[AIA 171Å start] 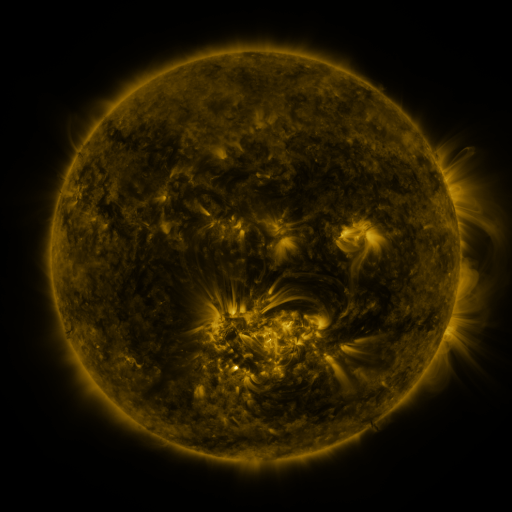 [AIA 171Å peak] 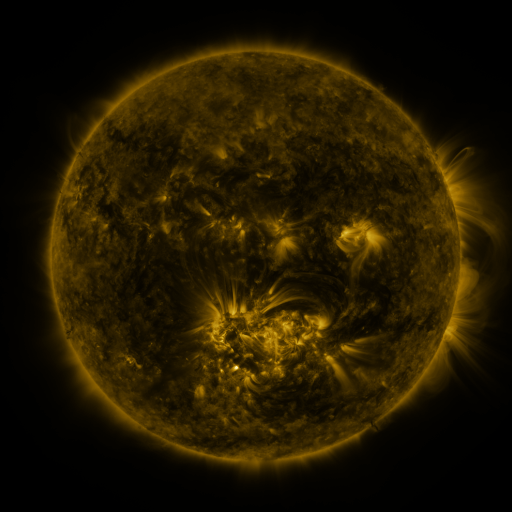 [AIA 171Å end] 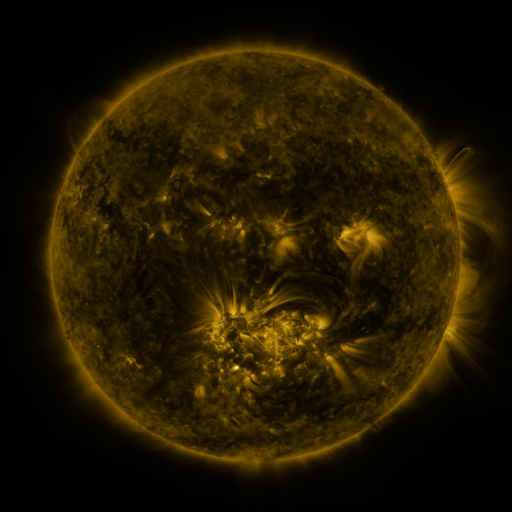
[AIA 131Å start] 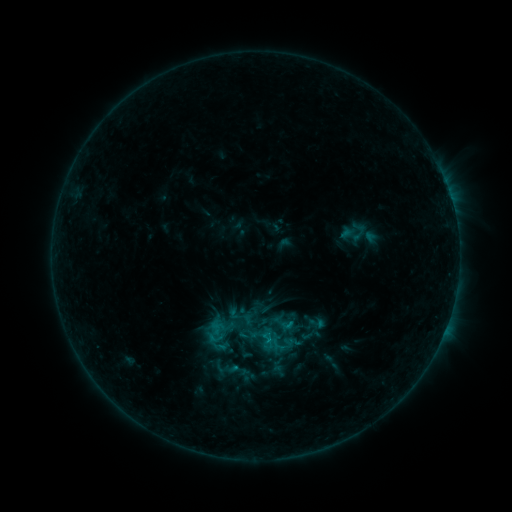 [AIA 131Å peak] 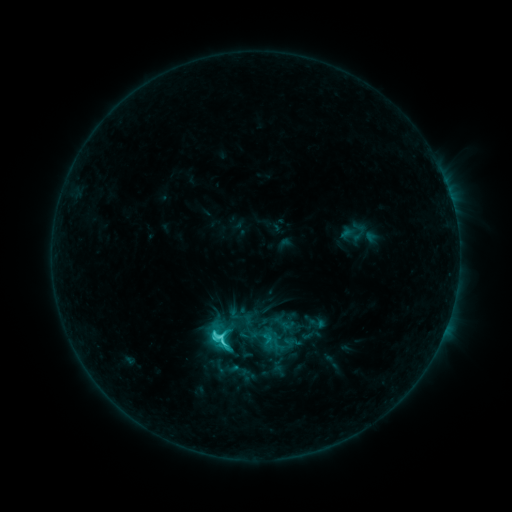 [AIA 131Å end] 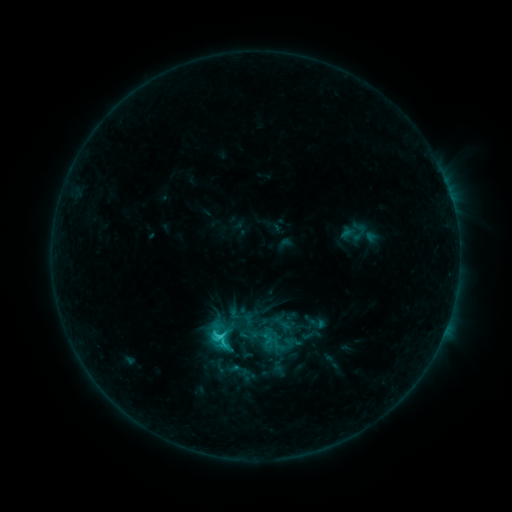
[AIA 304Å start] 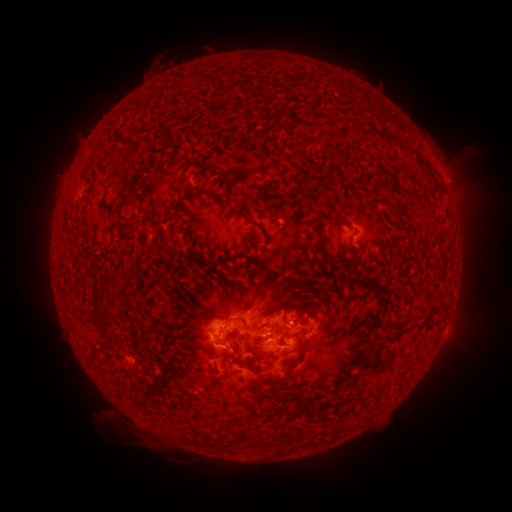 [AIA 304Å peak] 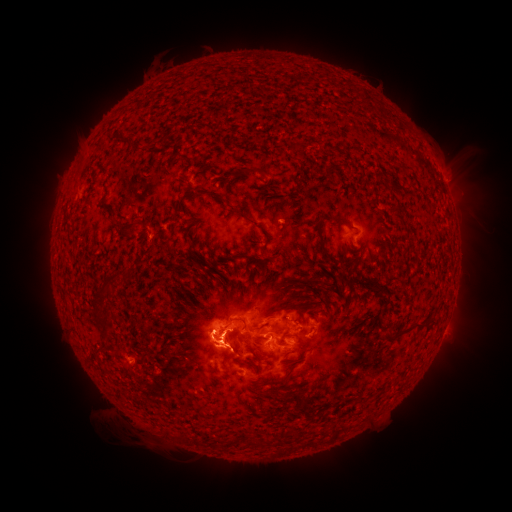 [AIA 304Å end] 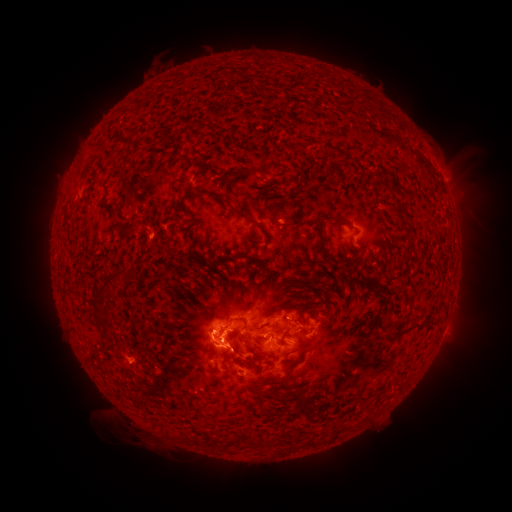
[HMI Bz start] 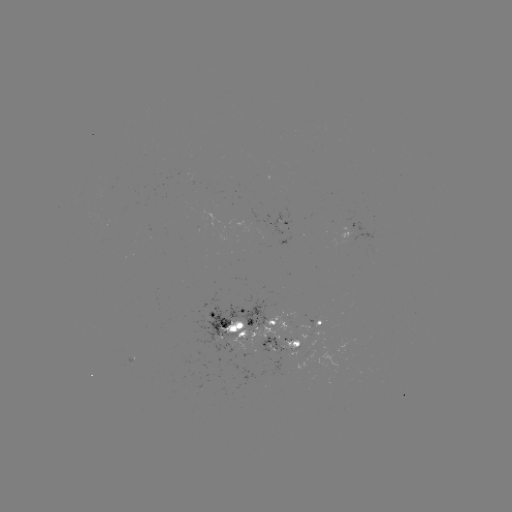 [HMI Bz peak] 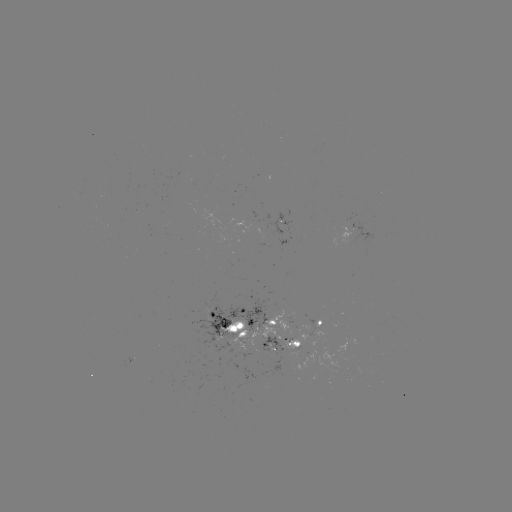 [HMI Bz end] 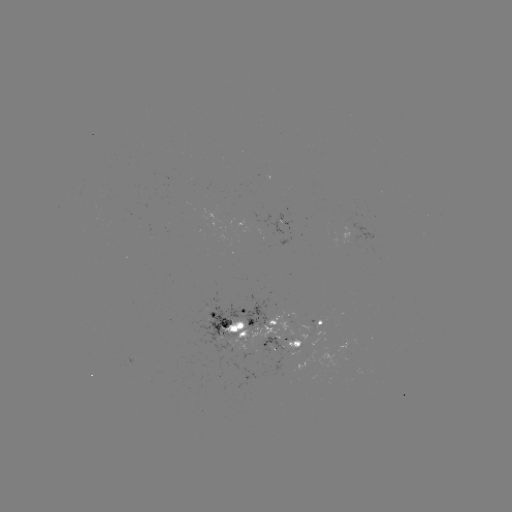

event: flare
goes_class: C4.0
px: (222, 335)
